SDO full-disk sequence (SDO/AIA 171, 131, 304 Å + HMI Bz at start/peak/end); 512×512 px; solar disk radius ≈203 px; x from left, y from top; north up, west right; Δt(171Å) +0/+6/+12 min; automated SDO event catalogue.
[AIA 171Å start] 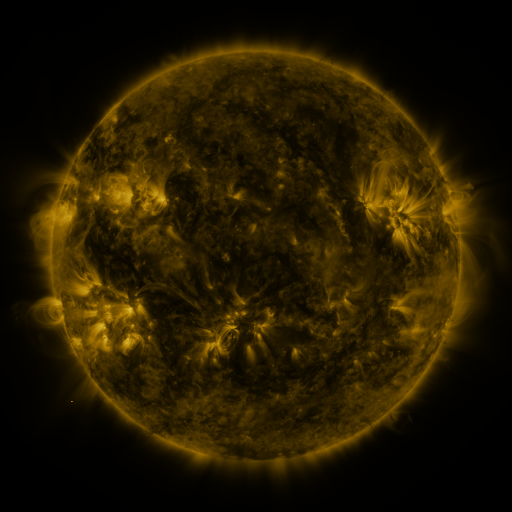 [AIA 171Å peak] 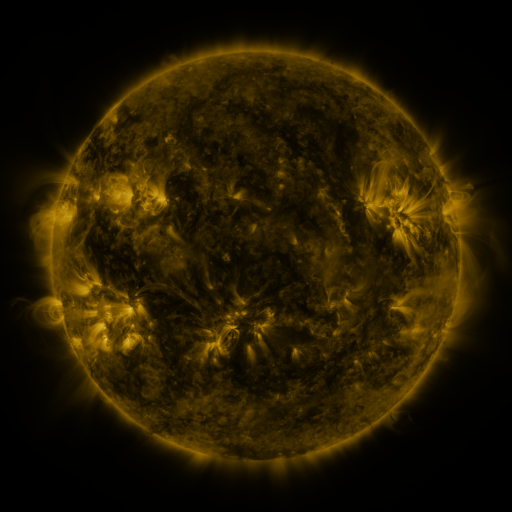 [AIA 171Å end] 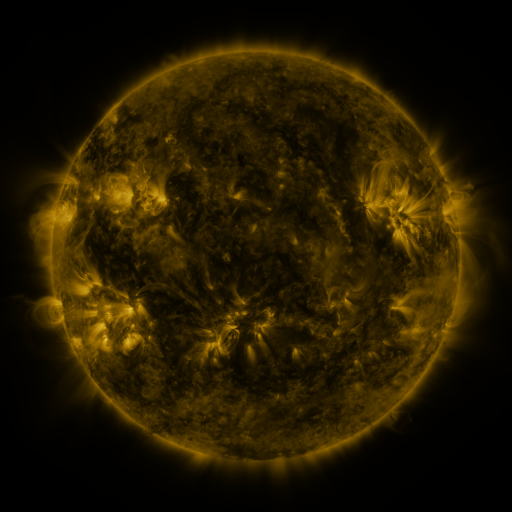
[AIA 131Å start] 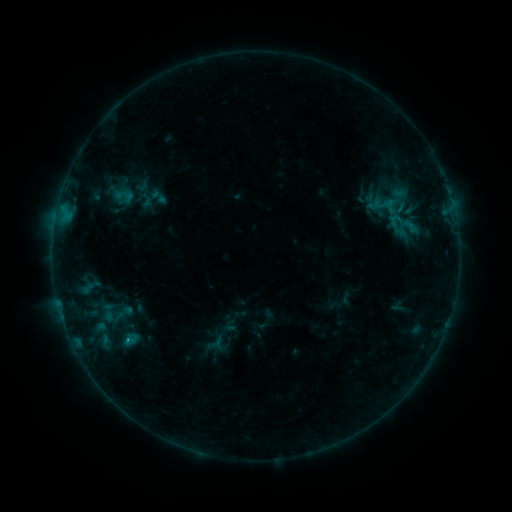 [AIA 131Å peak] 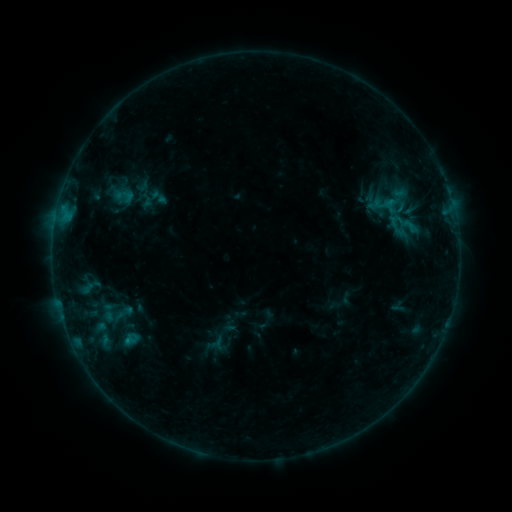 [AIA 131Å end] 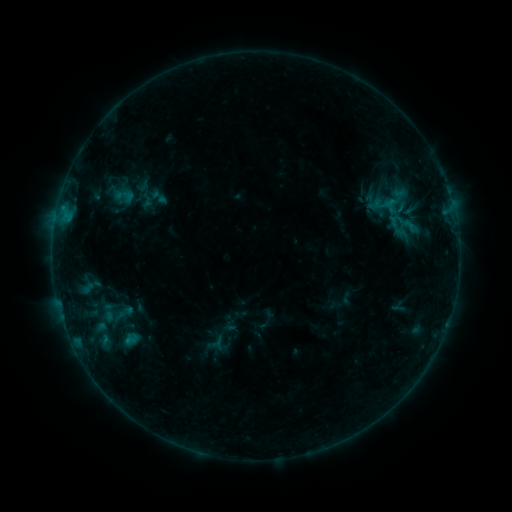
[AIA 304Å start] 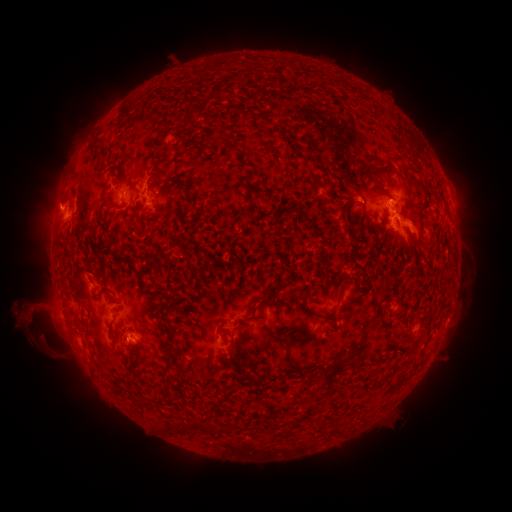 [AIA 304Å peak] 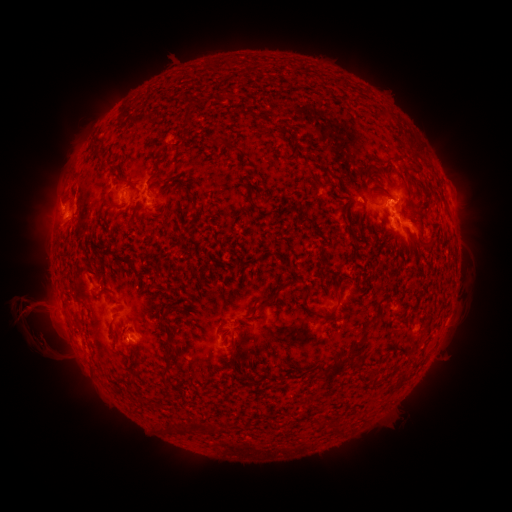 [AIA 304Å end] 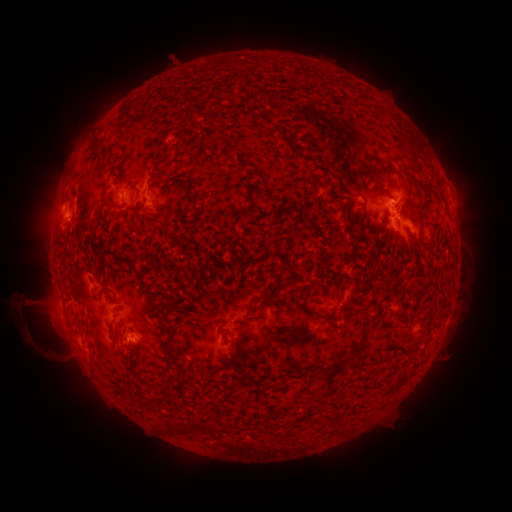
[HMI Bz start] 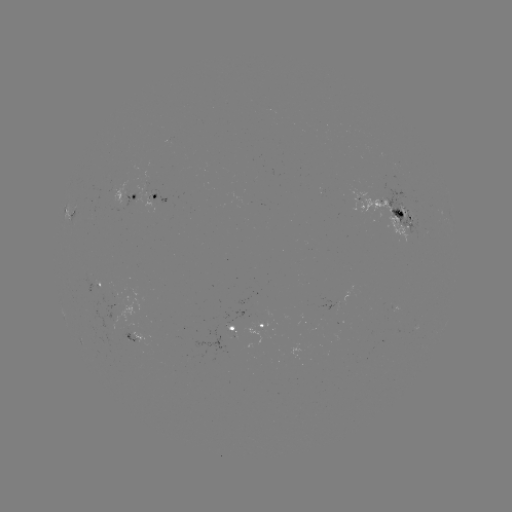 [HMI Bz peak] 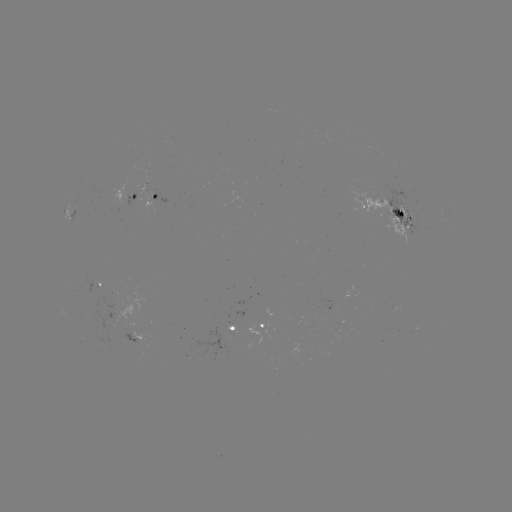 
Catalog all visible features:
eruption: (29, 308)
